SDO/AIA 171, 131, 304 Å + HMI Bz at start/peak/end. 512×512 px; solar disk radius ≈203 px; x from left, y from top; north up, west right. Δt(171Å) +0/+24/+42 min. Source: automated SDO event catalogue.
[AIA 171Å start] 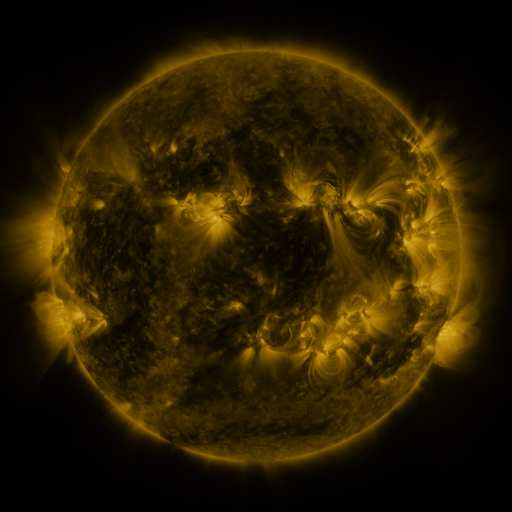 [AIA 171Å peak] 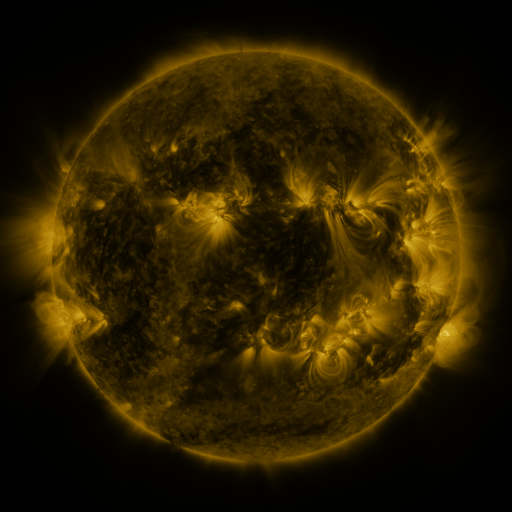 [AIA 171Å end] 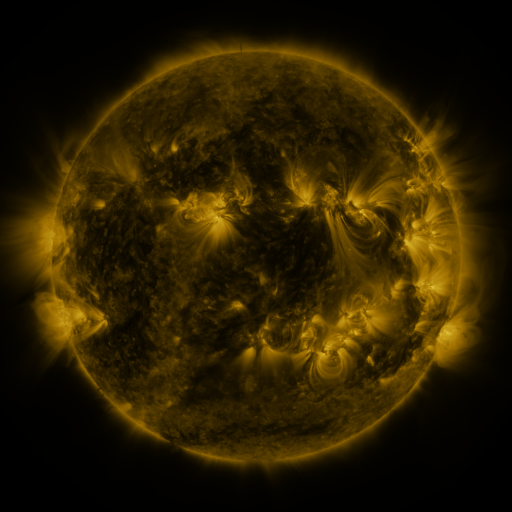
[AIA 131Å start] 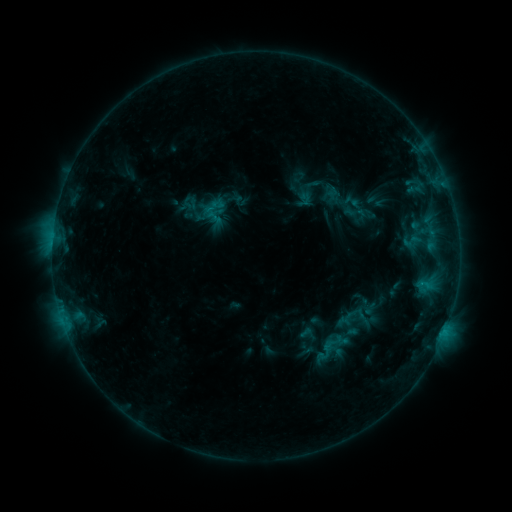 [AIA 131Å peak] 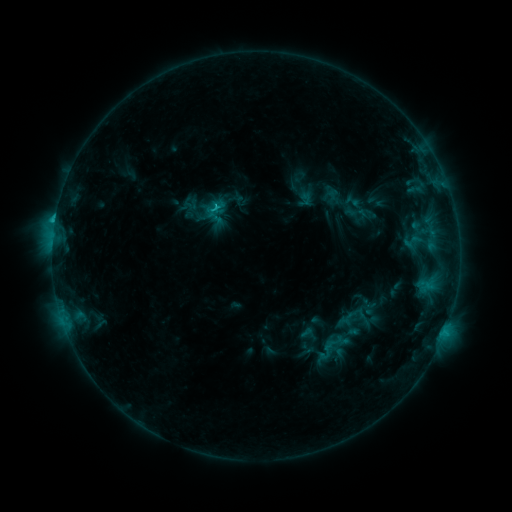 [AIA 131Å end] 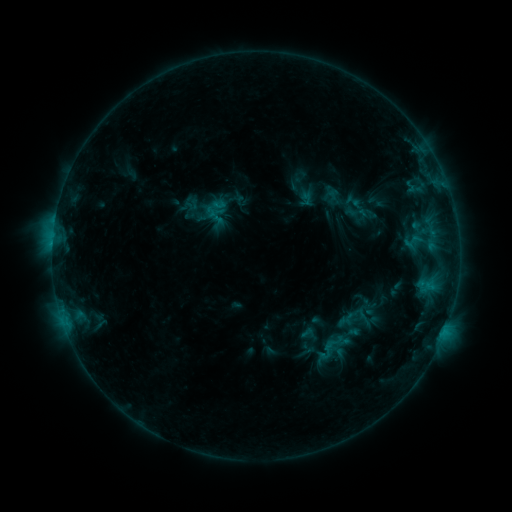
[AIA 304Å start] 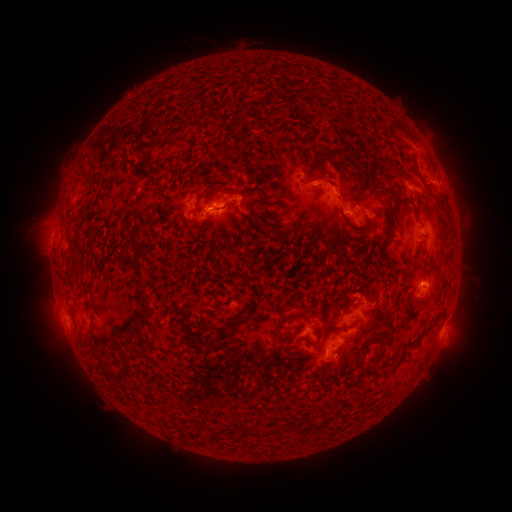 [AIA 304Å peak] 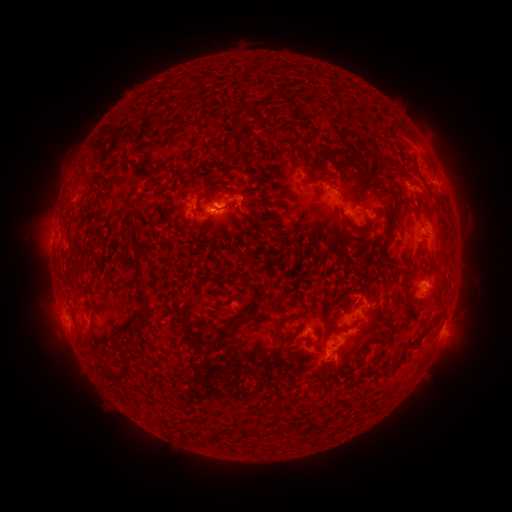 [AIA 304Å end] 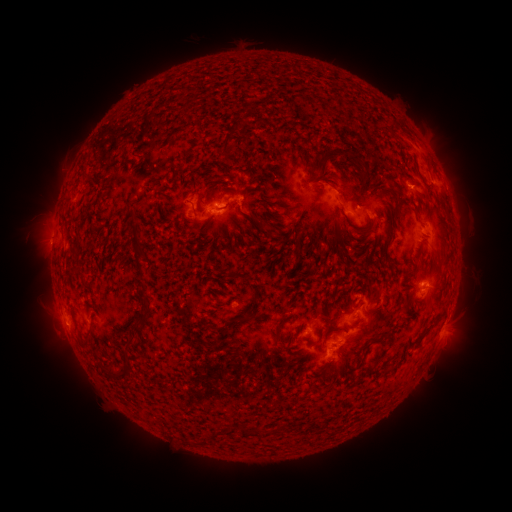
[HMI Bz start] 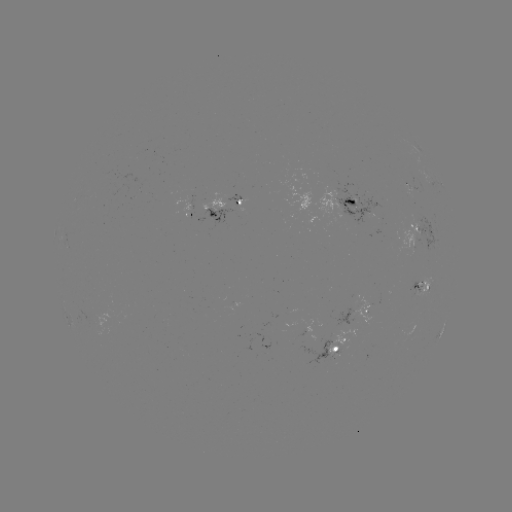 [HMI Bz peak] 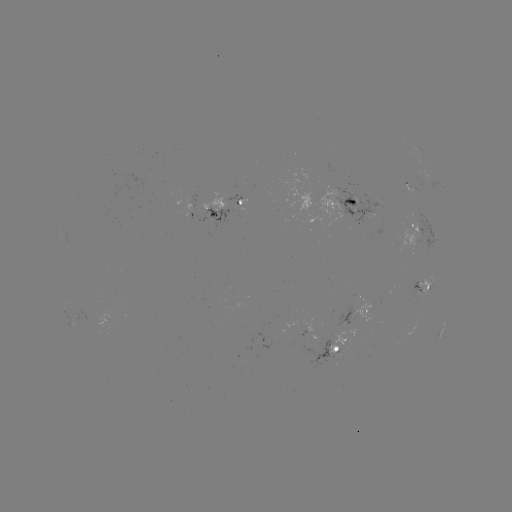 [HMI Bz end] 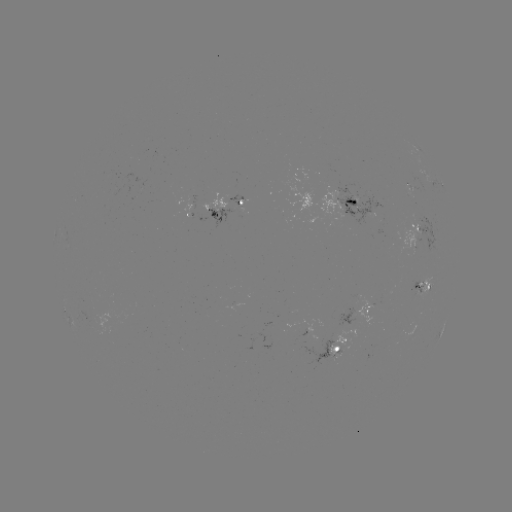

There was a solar flare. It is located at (55, 224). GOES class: C1.5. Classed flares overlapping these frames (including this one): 1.